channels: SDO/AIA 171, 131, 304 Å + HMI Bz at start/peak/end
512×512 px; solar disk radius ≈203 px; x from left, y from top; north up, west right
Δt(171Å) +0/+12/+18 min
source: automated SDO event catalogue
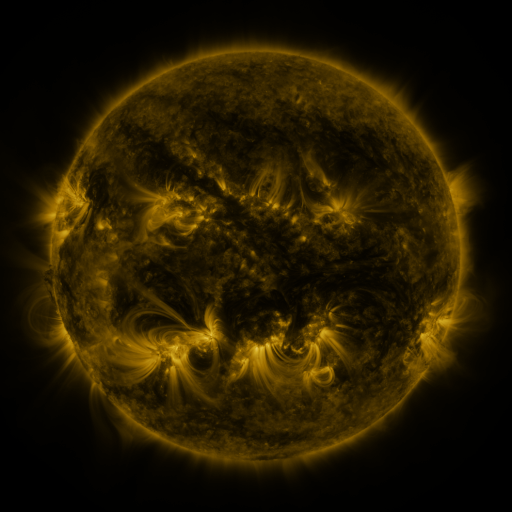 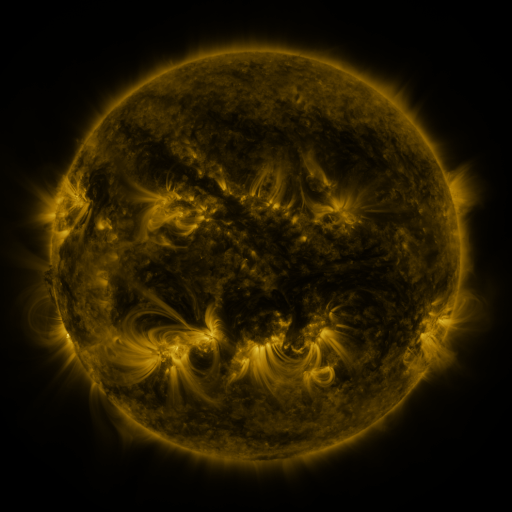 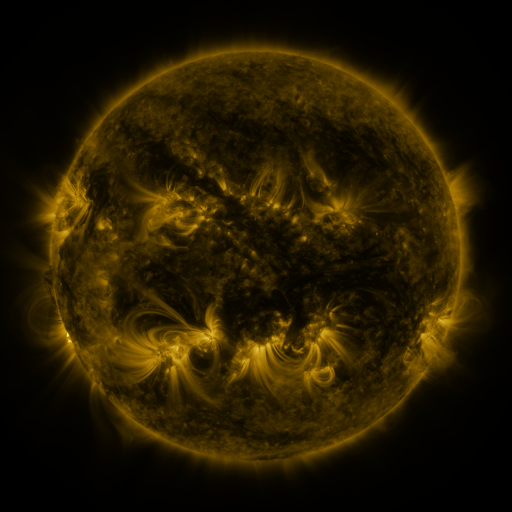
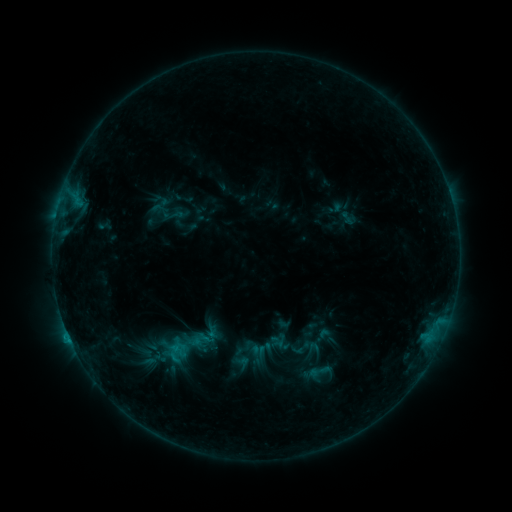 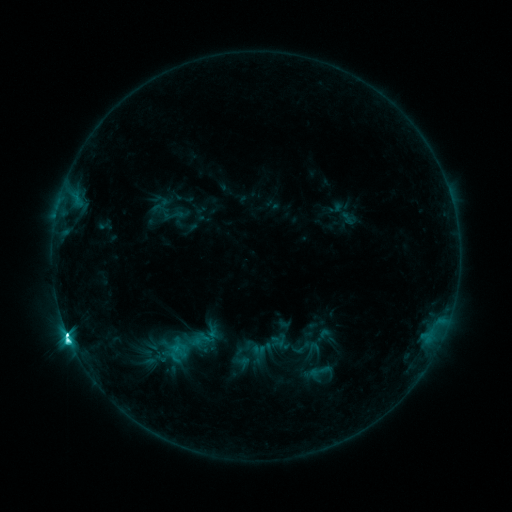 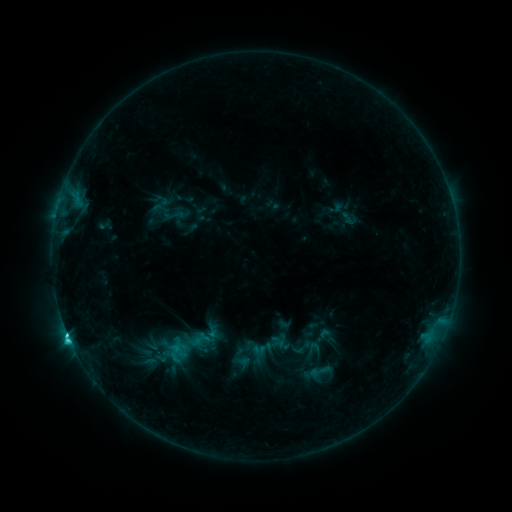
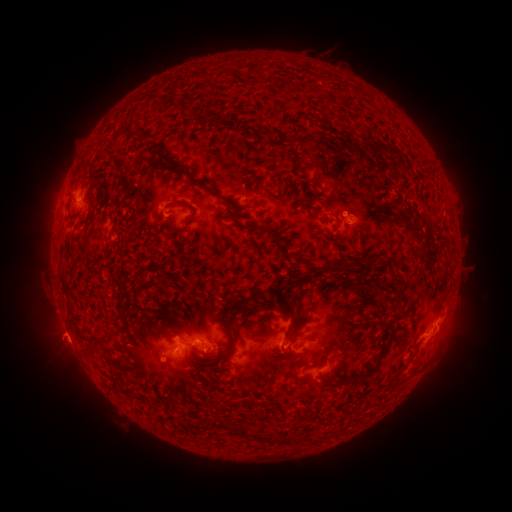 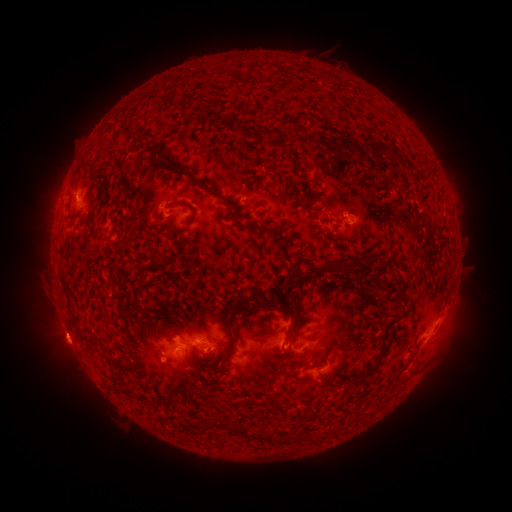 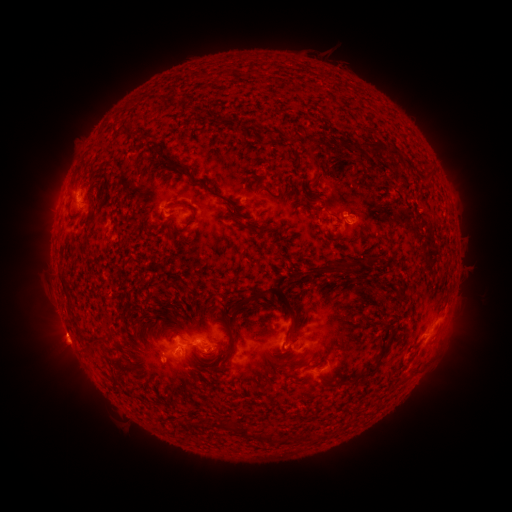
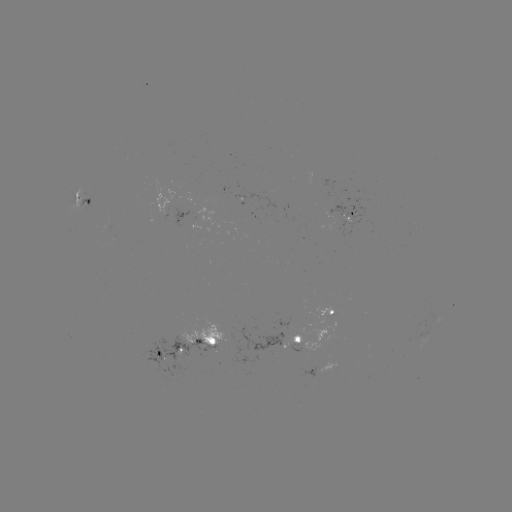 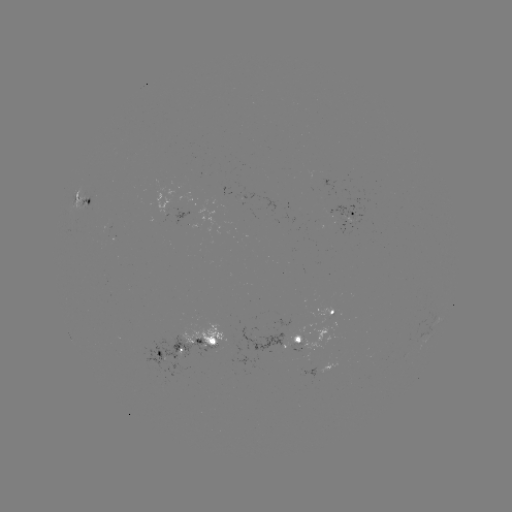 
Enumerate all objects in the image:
C6.3 flare: (70, 339)
